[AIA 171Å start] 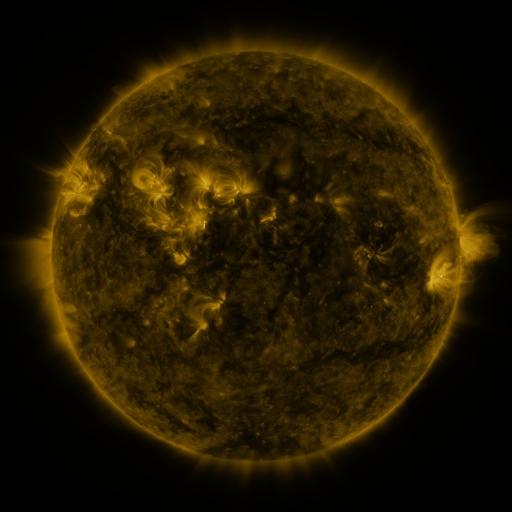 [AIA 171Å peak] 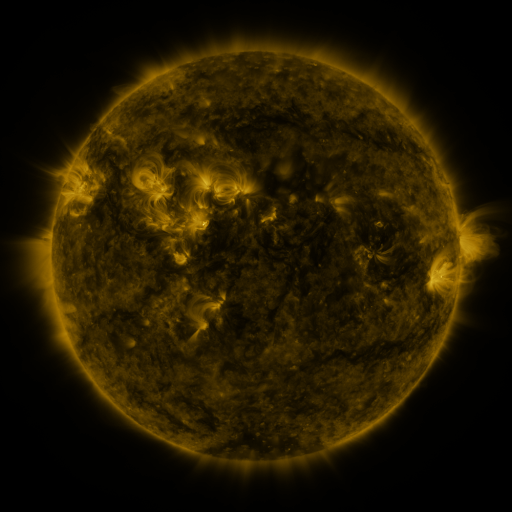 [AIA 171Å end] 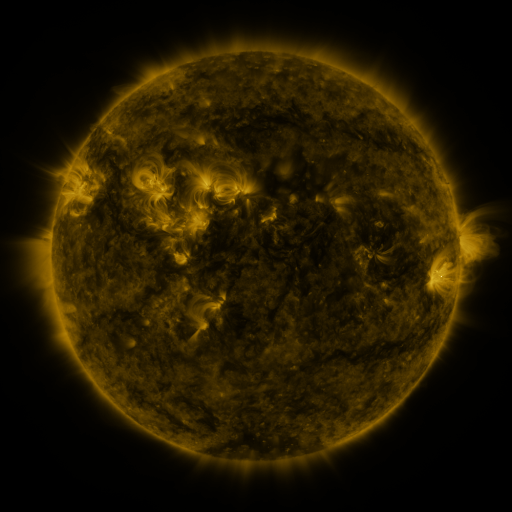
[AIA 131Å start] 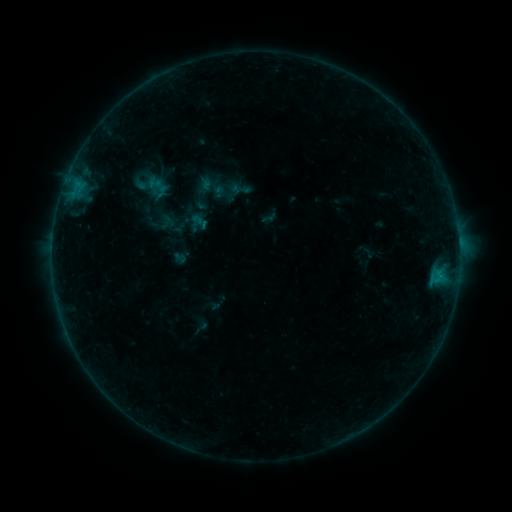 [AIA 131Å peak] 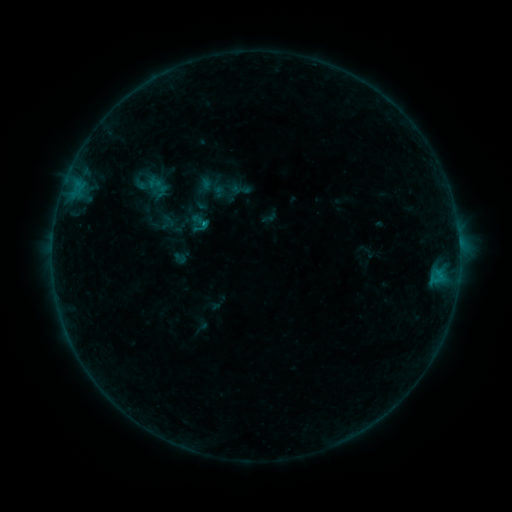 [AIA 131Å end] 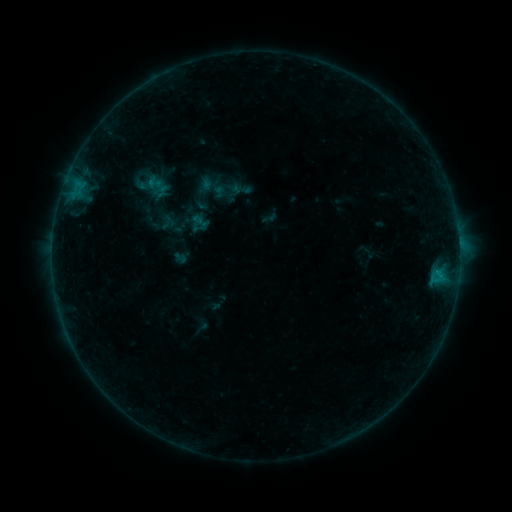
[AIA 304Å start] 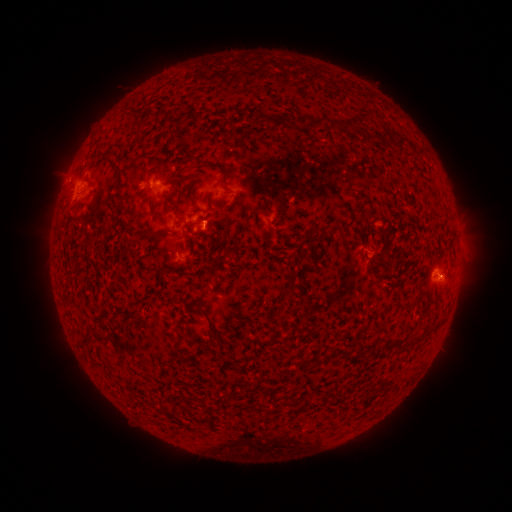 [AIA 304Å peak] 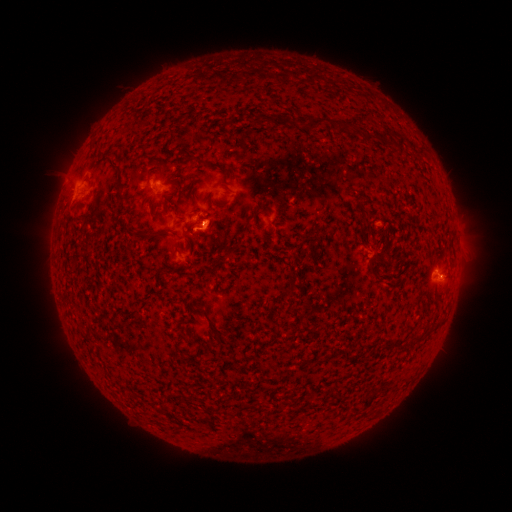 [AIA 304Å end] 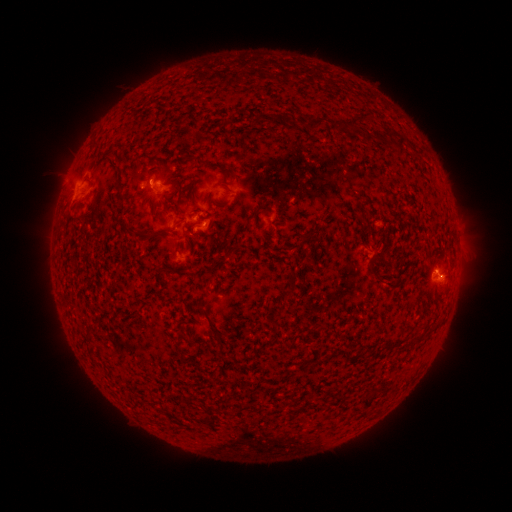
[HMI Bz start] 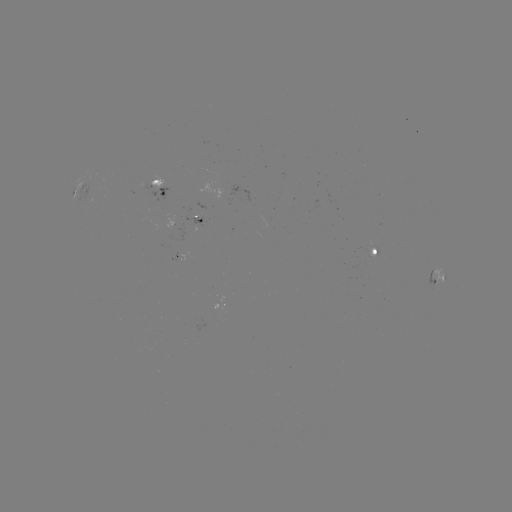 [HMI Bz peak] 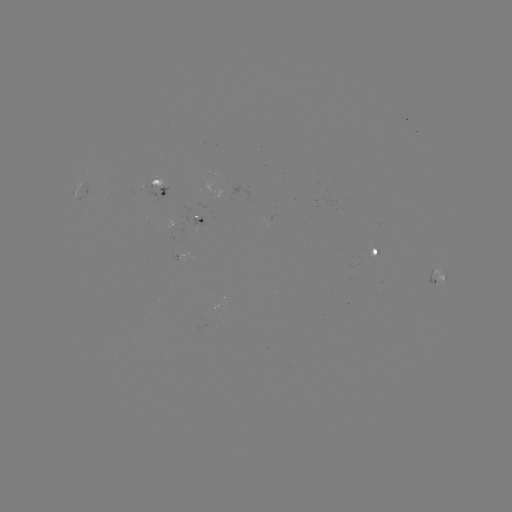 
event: flare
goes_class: B3.4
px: (206, 226)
